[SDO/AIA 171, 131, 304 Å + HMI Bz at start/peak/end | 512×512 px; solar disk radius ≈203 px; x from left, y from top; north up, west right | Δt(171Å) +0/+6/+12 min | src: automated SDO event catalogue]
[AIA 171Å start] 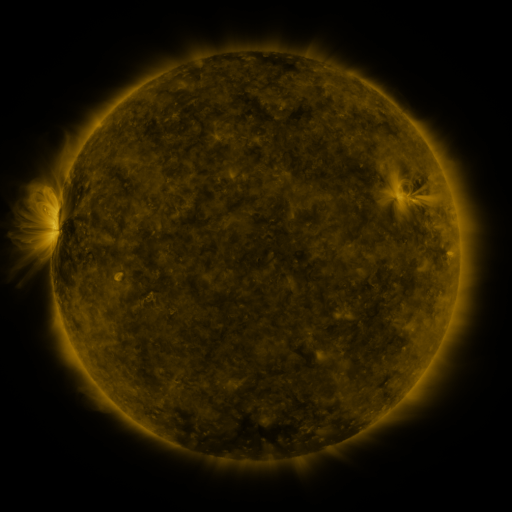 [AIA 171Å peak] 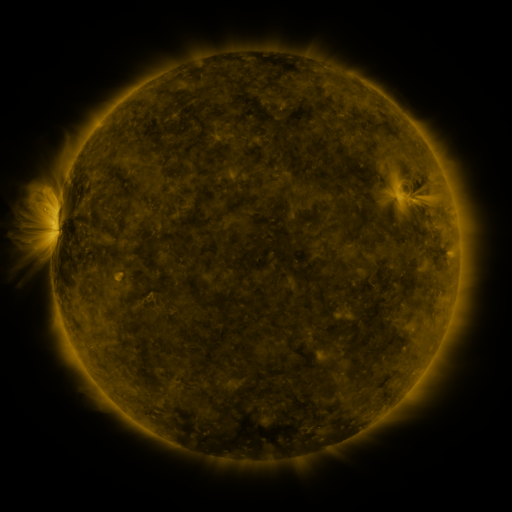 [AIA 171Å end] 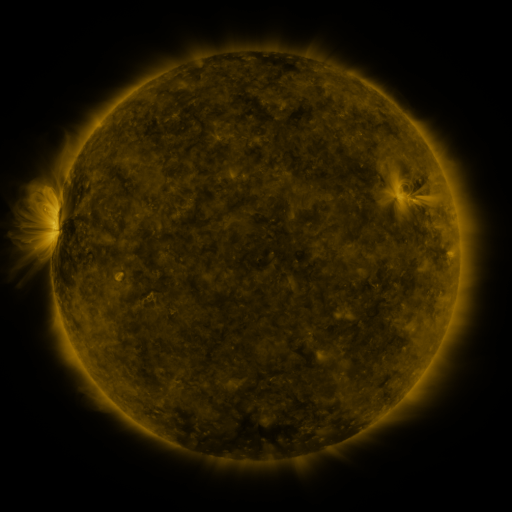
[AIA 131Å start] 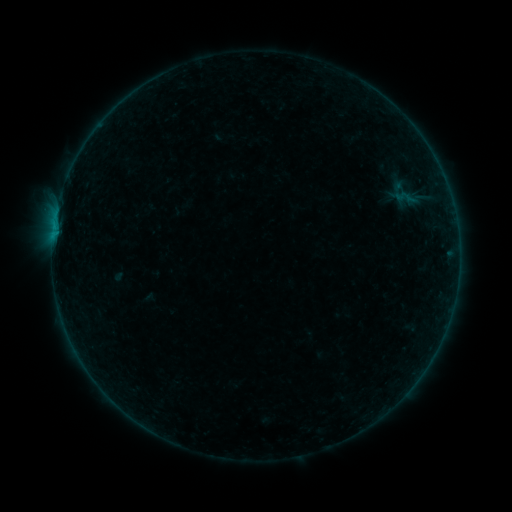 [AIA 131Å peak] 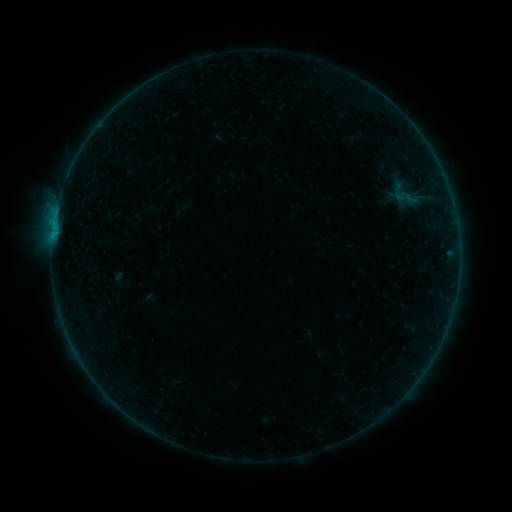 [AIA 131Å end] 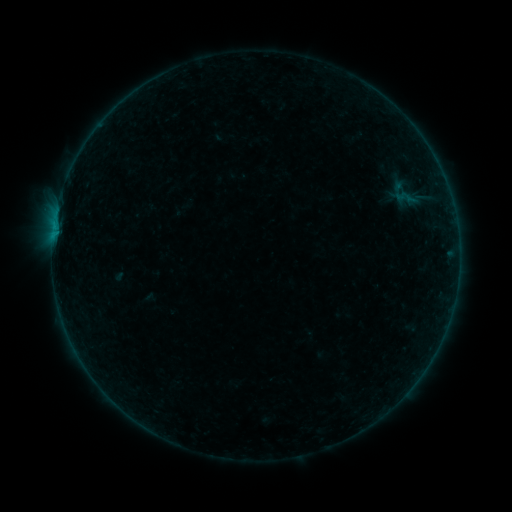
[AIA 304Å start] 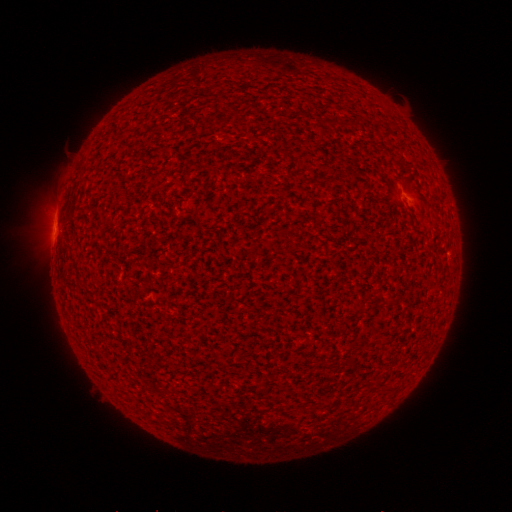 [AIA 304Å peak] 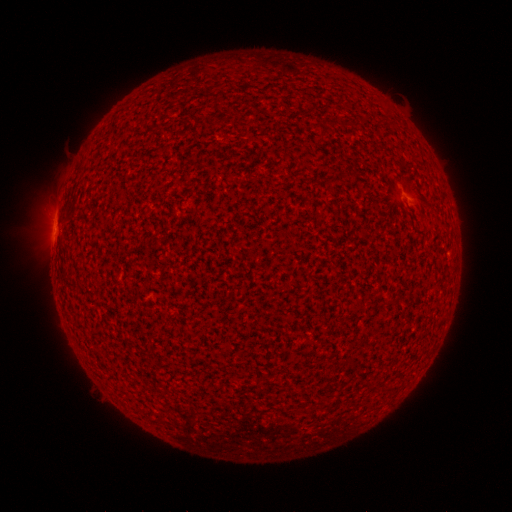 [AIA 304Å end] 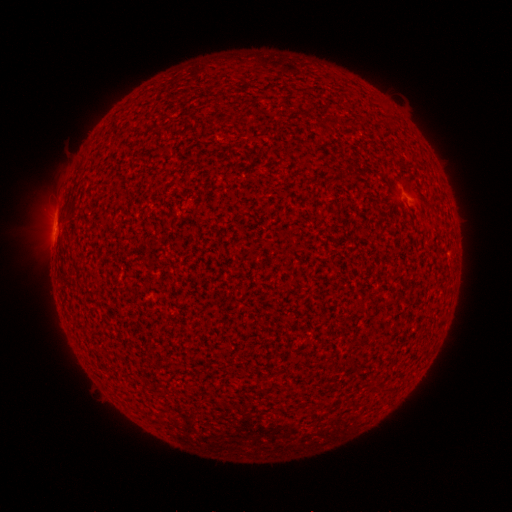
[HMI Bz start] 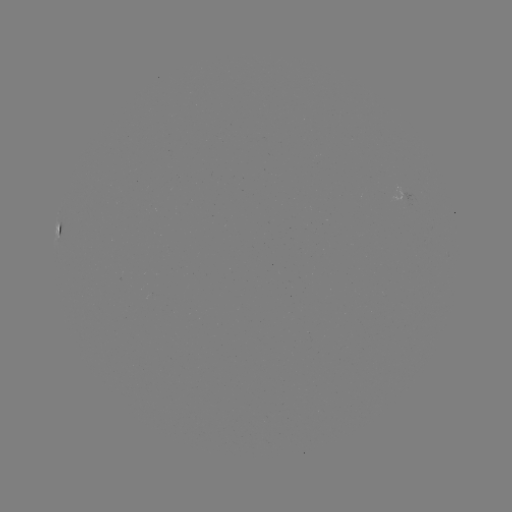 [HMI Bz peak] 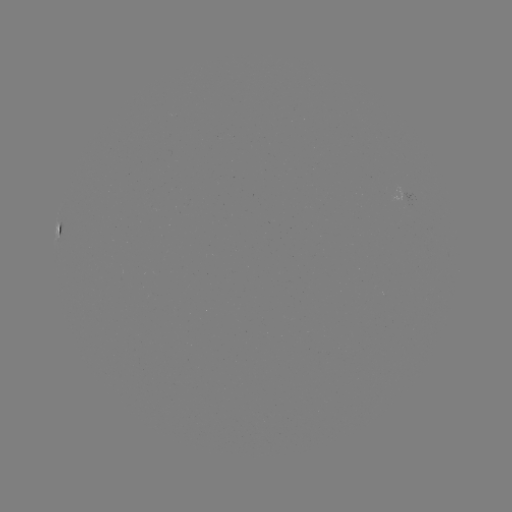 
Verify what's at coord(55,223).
B1.3 flare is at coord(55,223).